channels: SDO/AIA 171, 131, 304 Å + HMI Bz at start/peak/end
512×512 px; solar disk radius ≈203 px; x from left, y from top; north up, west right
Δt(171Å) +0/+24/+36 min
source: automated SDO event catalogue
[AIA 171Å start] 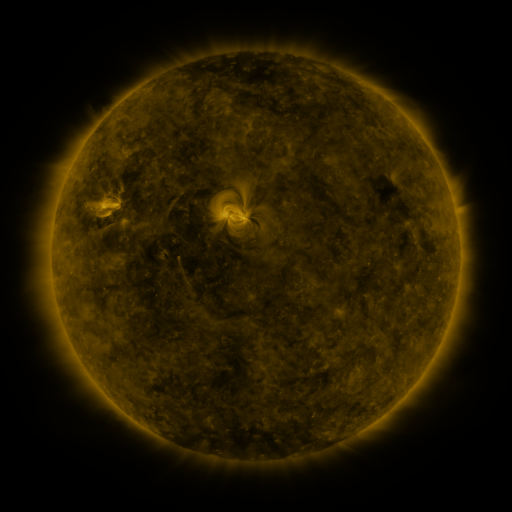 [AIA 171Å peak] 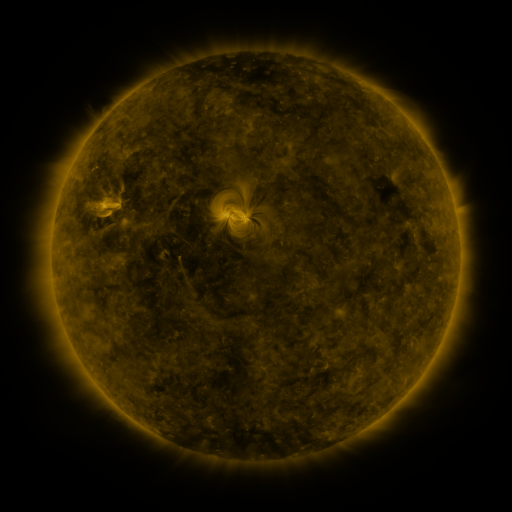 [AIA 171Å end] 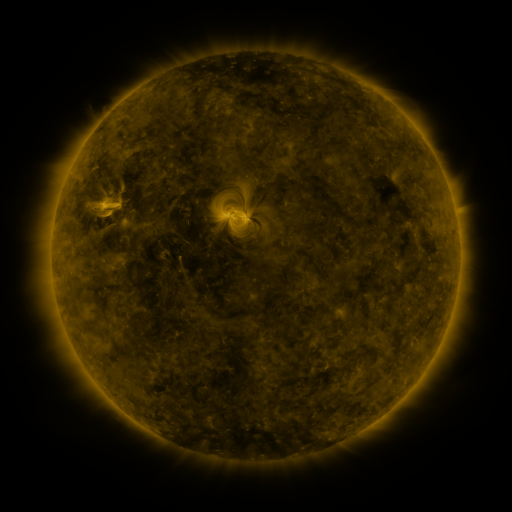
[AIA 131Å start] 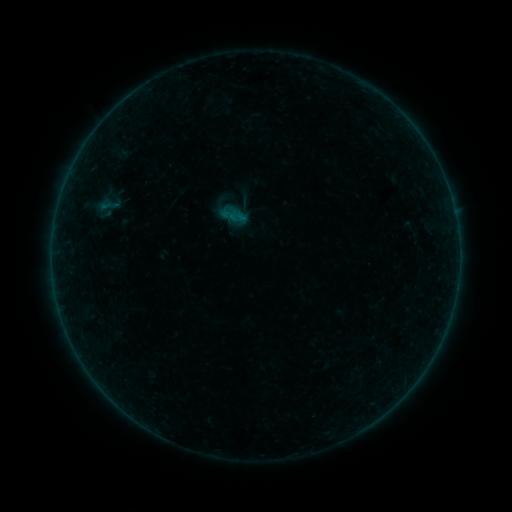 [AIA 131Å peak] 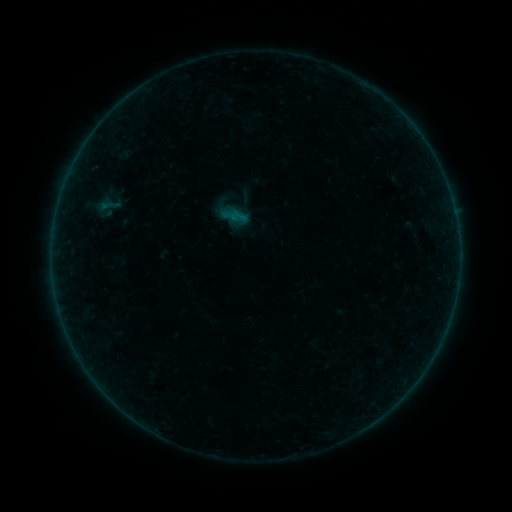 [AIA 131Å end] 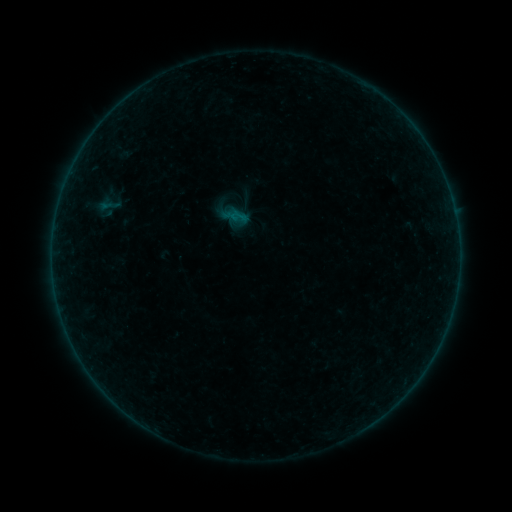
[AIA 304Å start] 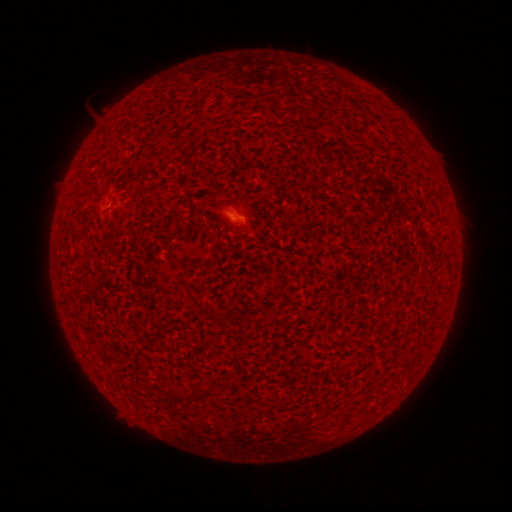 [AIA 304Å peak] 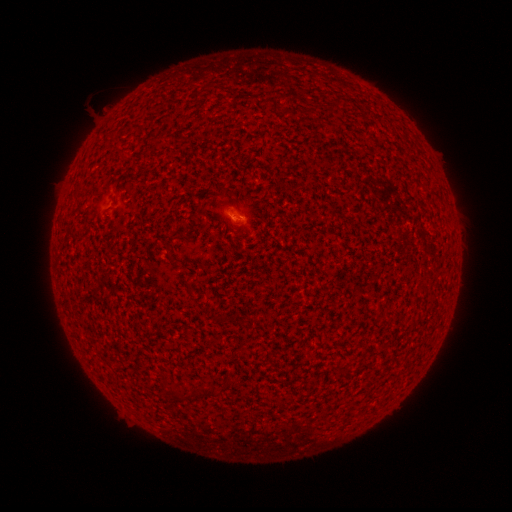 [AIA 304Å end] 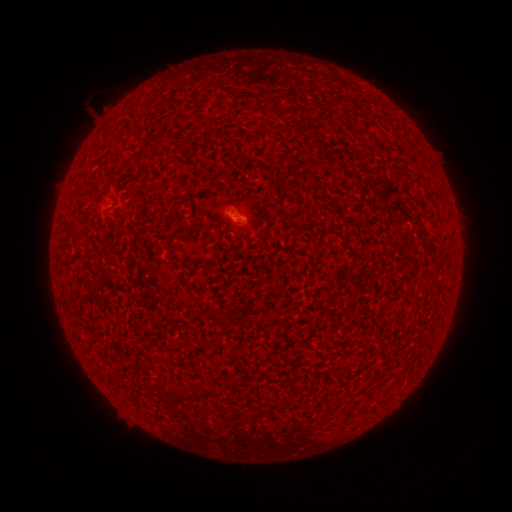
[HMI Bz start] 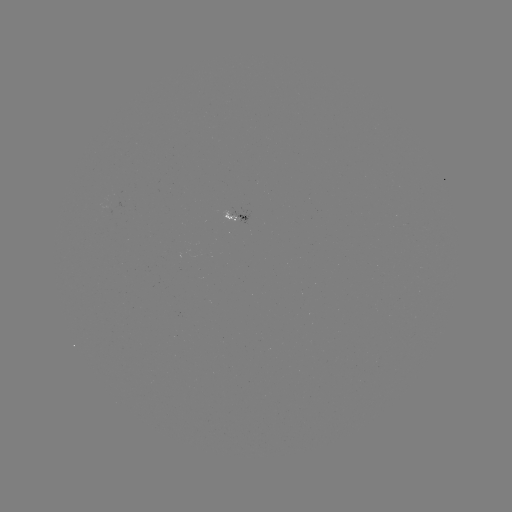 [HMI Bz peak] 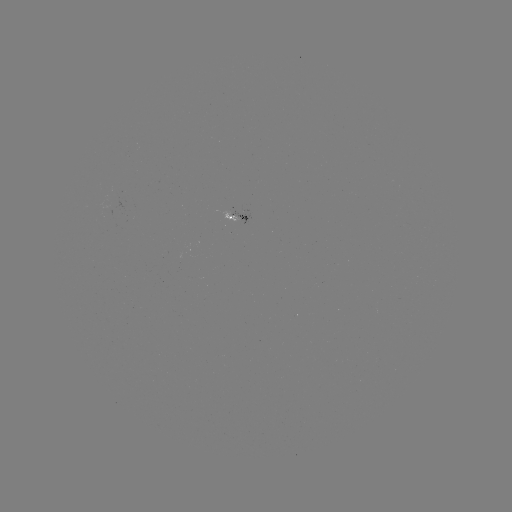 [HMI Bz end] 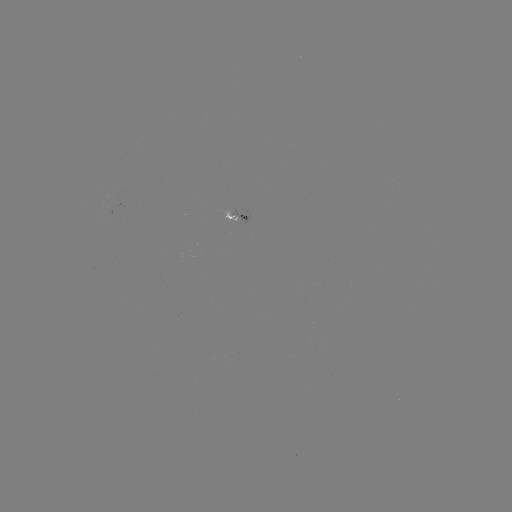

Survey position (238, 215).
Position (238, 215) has A7.2 flare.